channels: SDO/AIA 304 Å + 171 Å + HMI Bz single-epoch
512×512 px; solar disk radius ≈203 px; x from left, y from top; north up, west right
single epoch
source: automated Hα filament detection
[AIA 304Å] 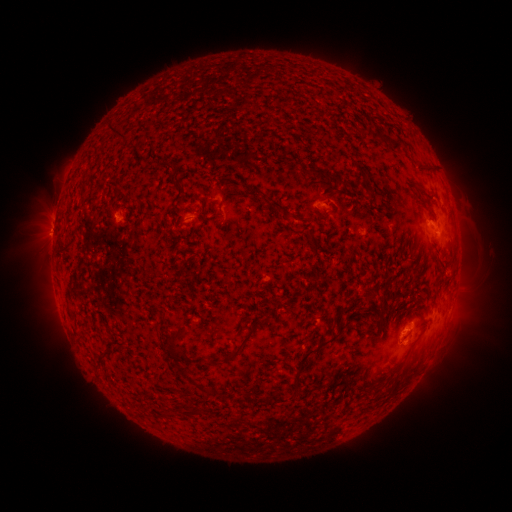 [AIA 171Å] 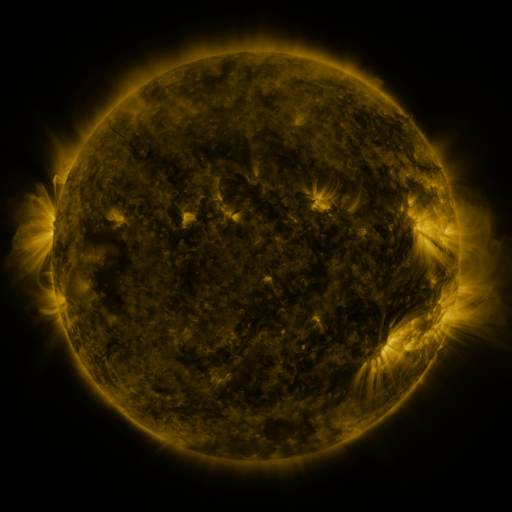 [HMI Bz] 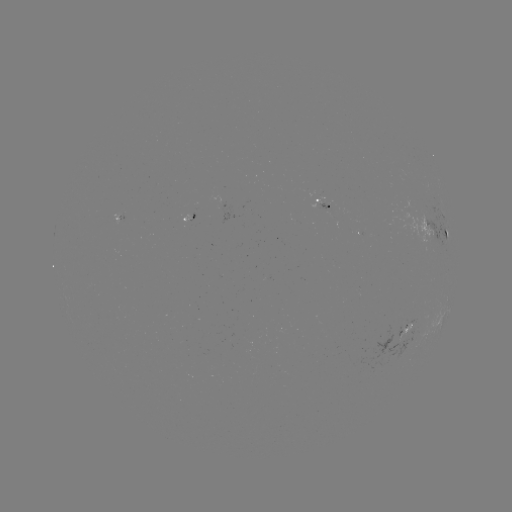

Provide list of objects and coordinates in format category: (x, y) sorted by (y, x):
filament: (118, 133)
filament: (381, 137)
filament: (397, 146)
filament: (320, 173)
filament: (275, 205)
filament: (323, 219)
filament: (345, 310)
filament: (171, 340)
filament: (236, 352)
filament: (102, 355)
filament: (304, 355)
filament: (396, 389)
filament: (163, 413)
